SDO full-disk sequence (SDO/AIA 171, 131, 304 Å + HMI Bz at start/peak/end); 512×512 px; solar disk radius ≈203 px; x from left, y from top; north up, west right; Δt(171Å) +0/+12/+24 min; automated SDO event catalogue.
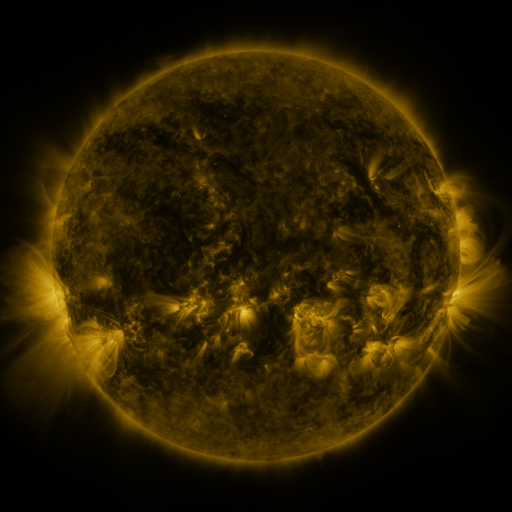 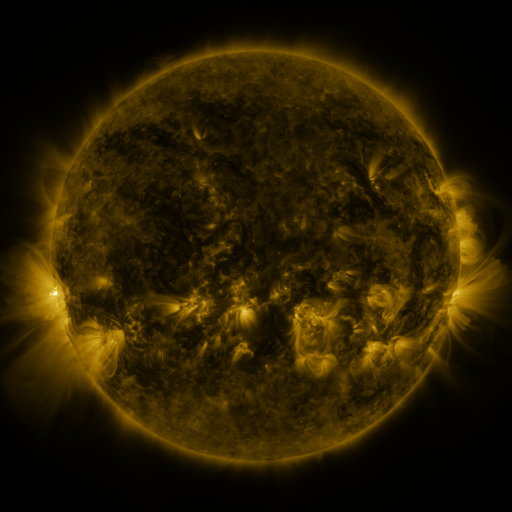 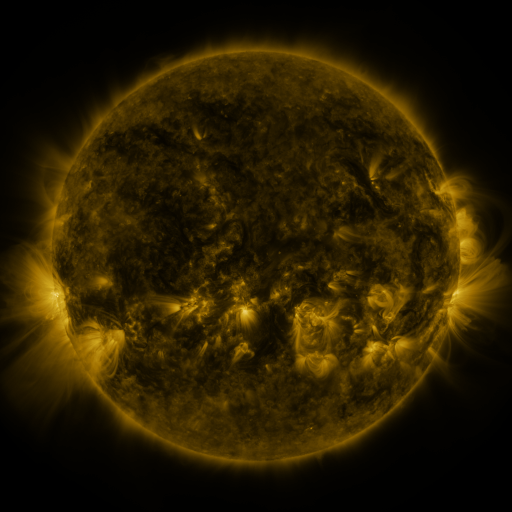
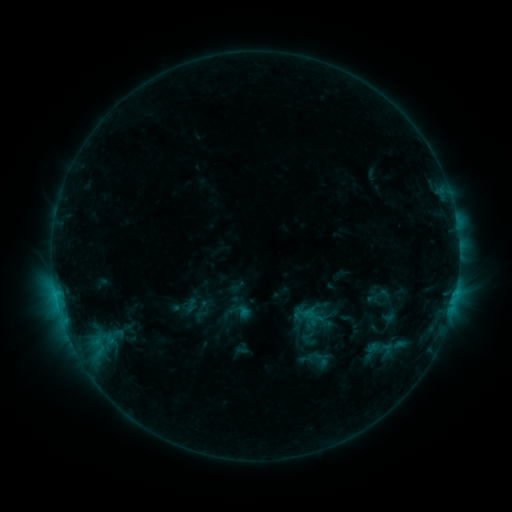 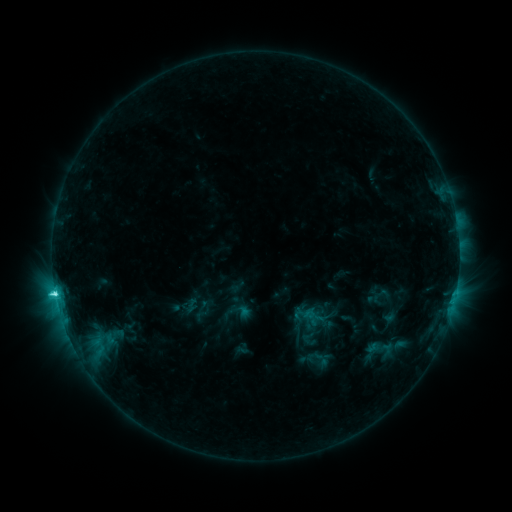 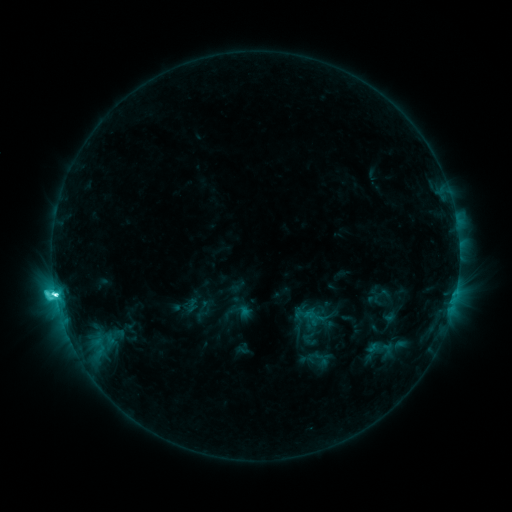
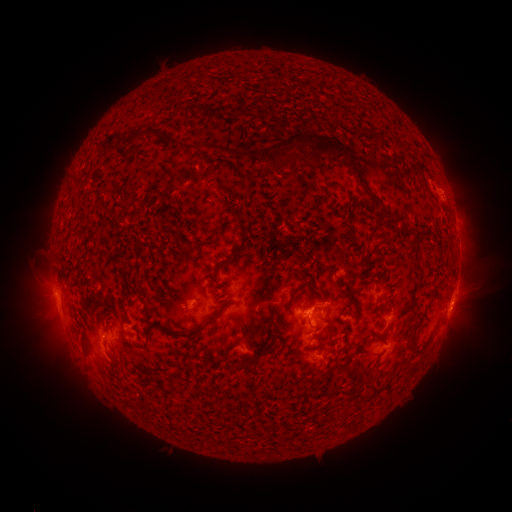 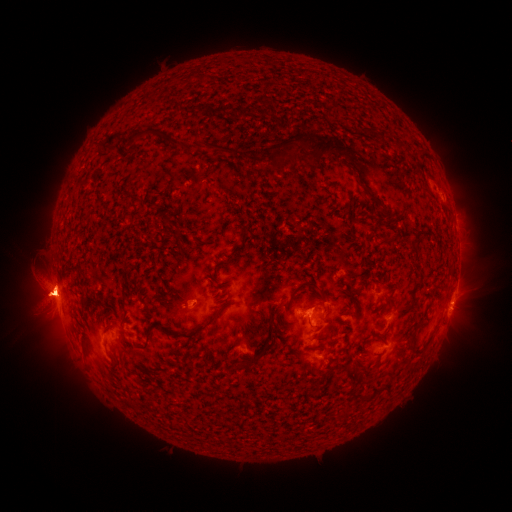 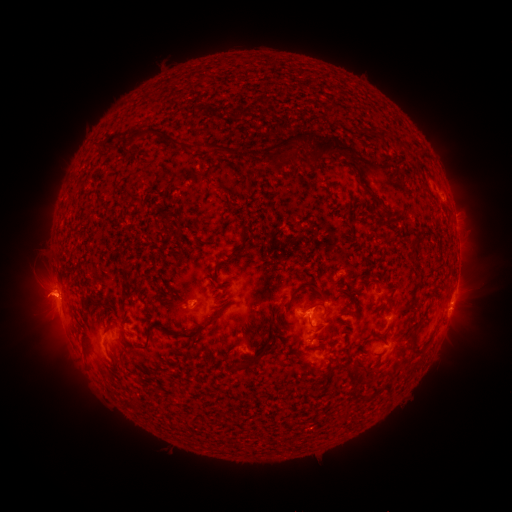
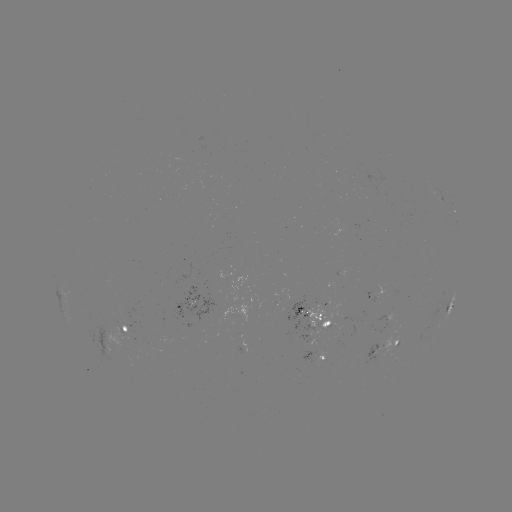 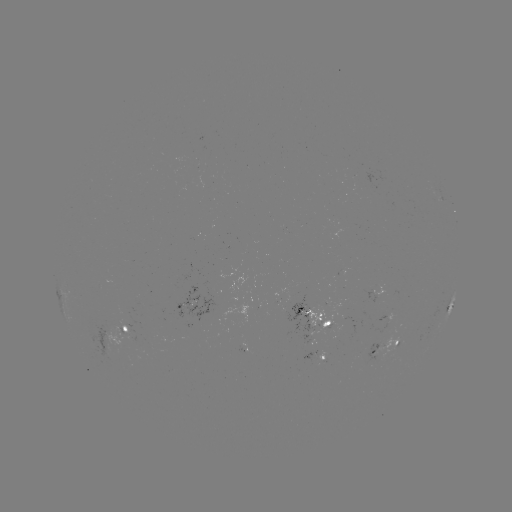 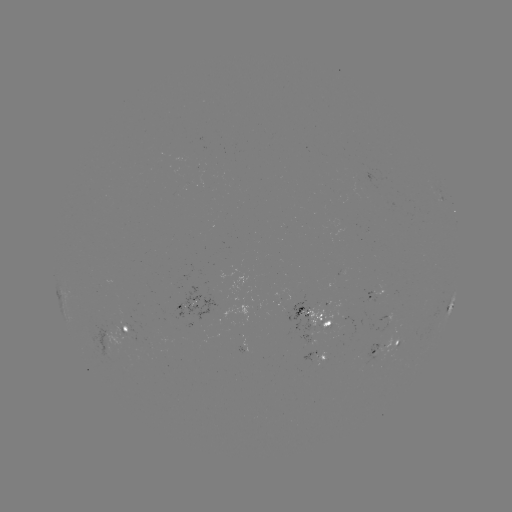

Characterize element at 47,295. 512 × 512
eruption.